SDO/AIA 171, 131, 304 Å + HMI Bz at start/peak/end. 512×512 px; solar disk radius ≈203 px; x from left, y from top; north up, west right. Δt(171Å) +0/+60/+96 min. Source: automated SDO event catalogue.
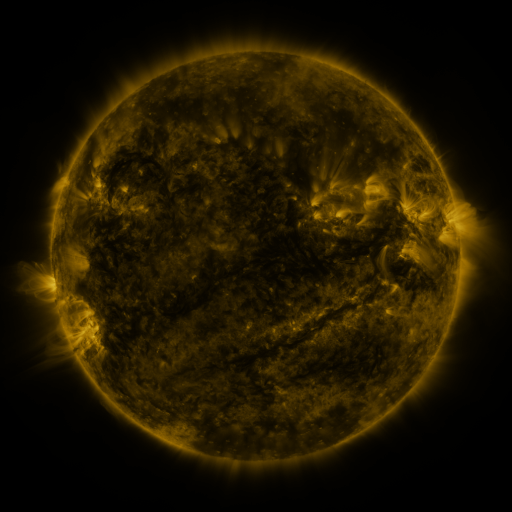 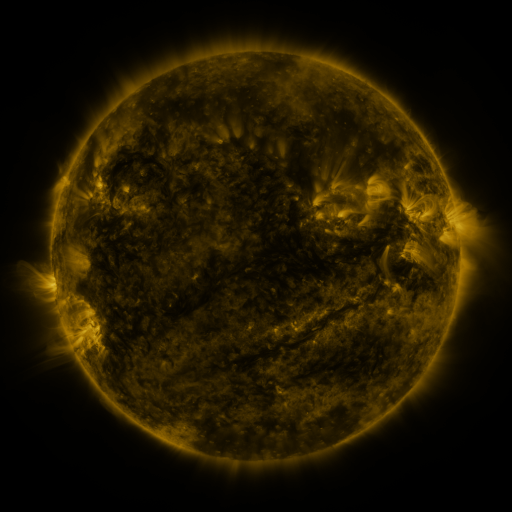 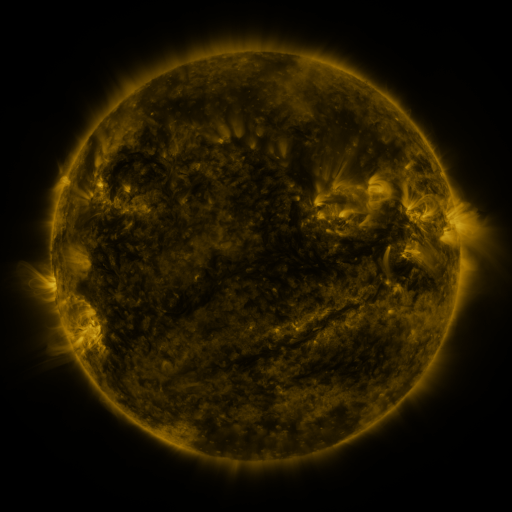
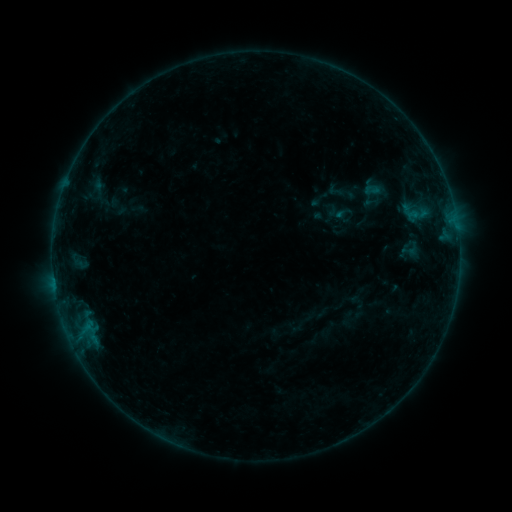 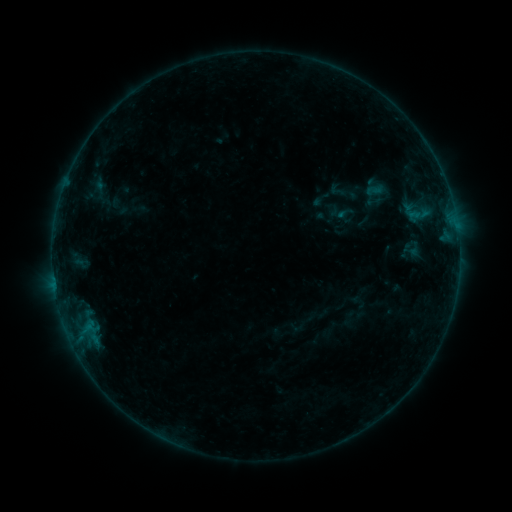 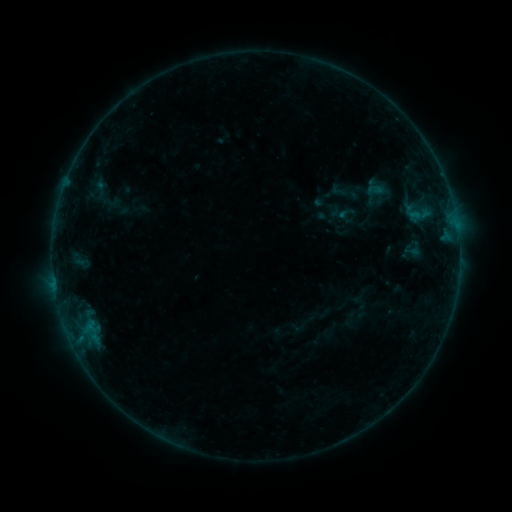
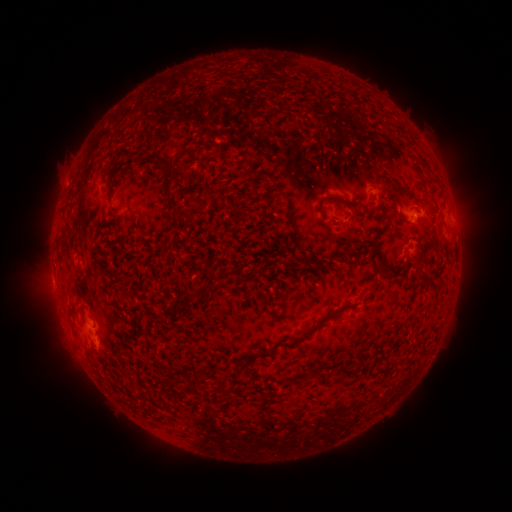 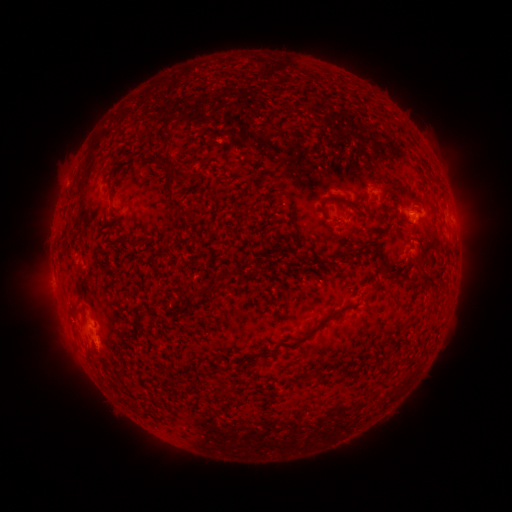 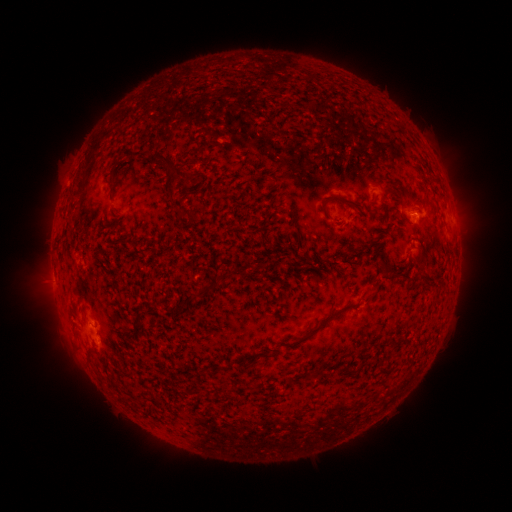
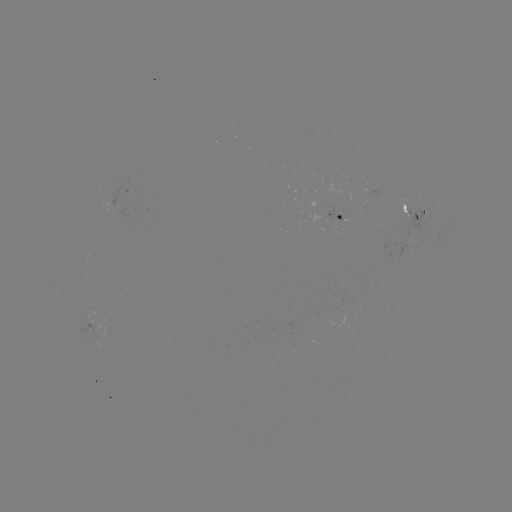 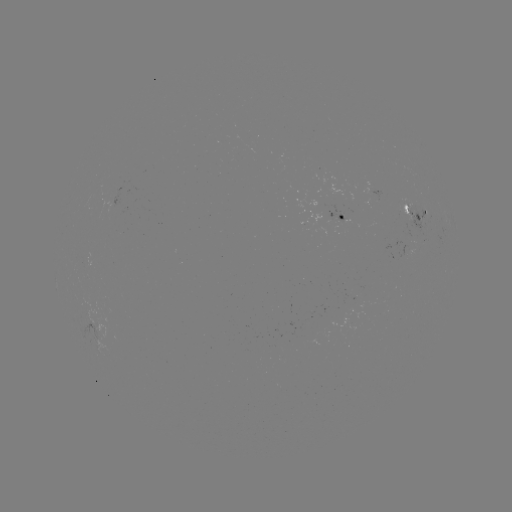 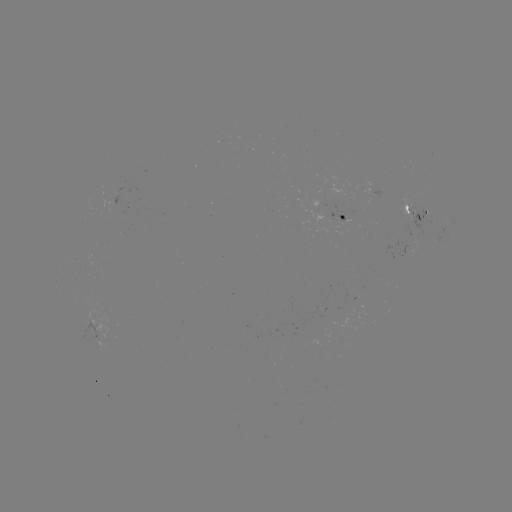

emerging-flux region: (320, 206, 341, 231)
